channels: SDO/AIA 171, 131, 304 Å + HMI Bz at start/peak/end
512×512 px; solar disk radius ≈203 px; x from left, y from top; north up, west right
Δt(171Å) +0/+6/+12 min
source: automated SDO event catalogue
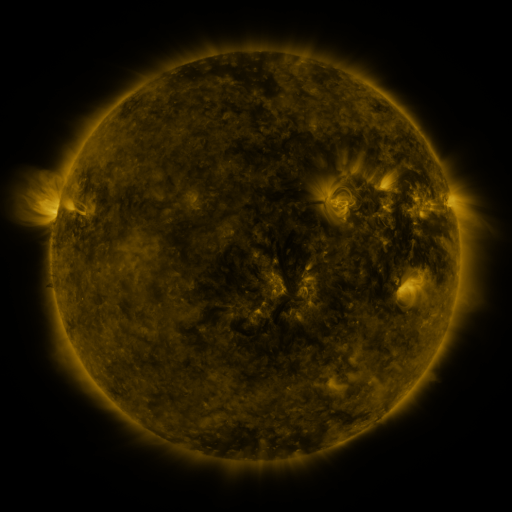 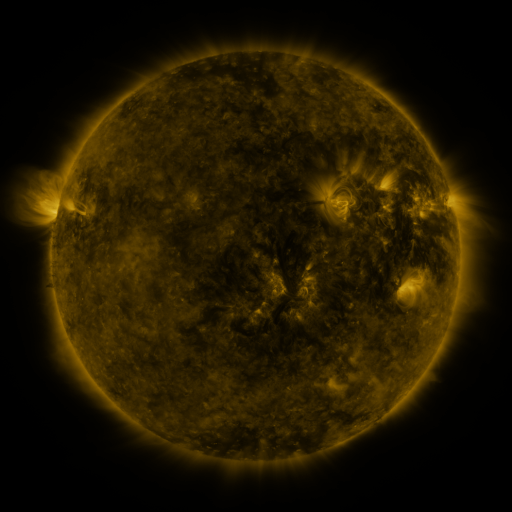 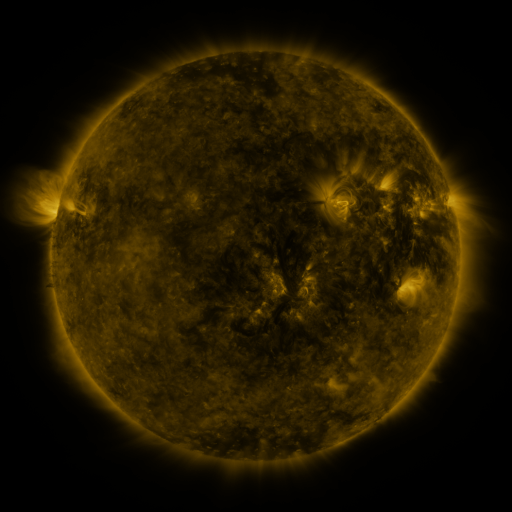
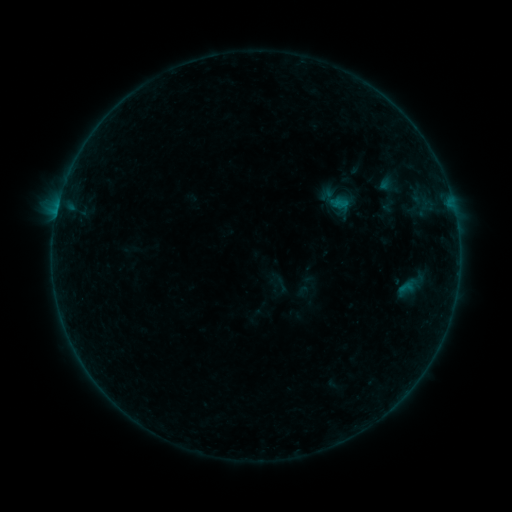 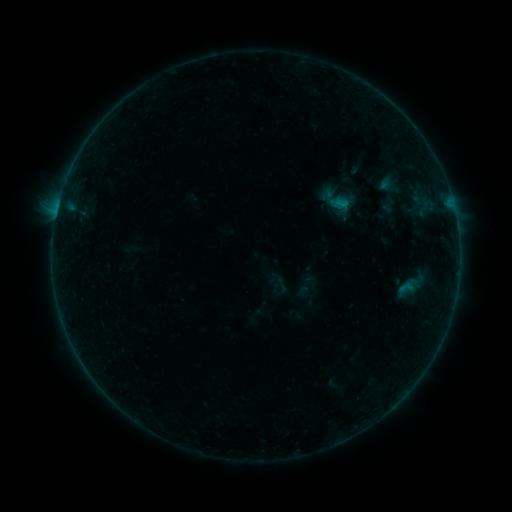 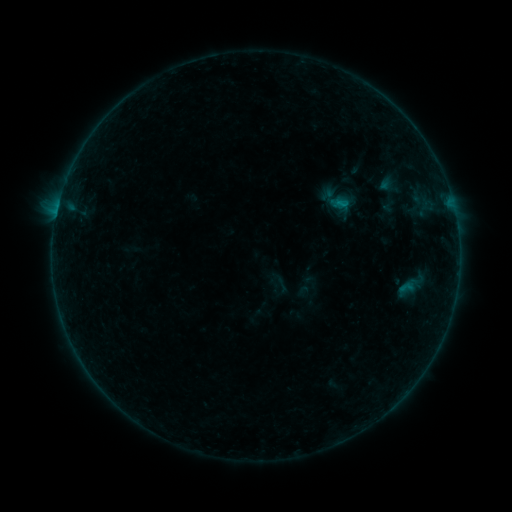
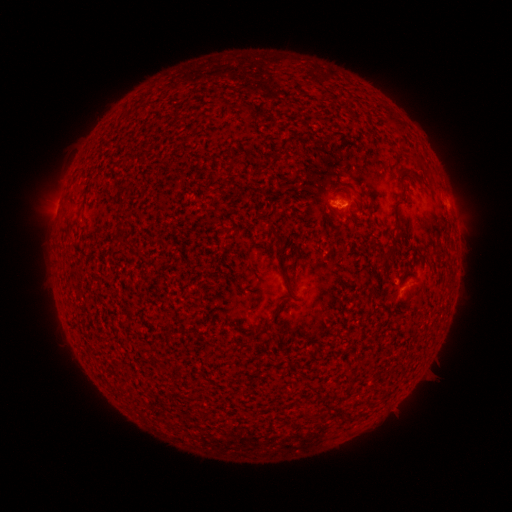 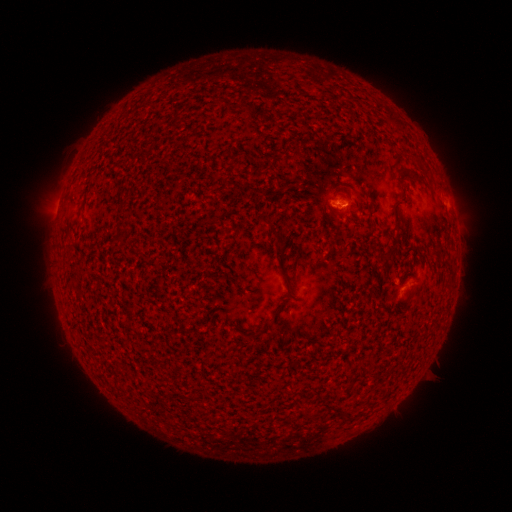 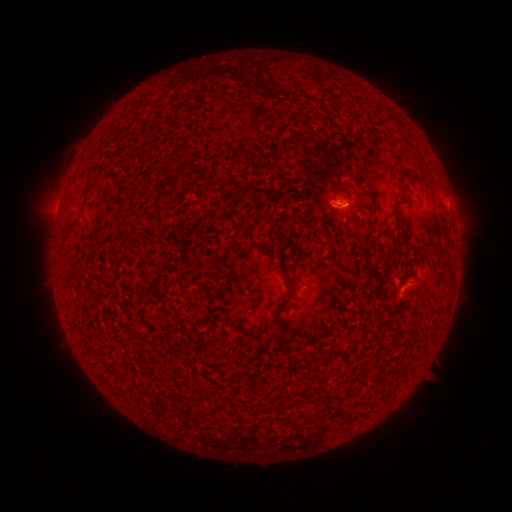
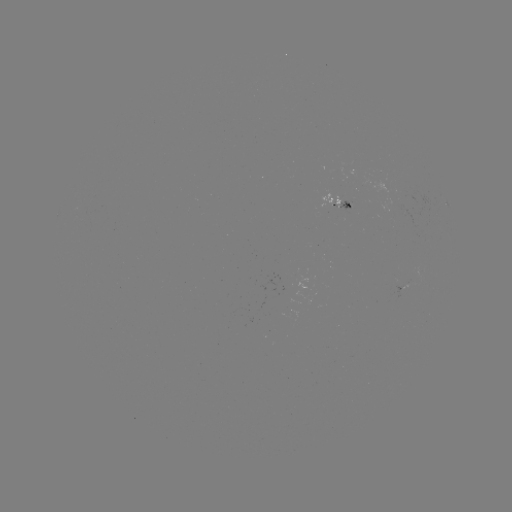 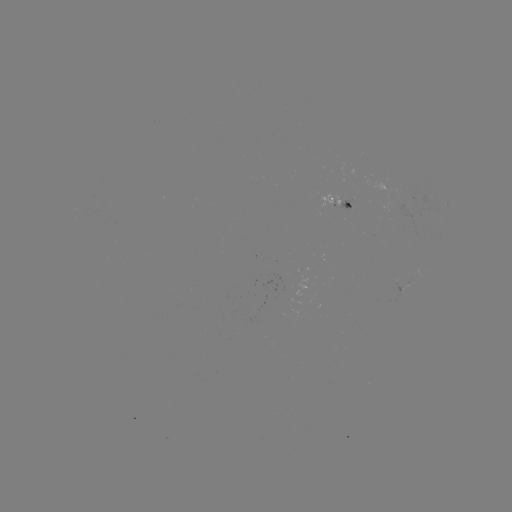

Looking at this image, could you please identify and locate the B2.2 flare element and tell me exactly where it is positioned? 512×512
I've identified B2.2 flare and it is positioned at [339, 205].